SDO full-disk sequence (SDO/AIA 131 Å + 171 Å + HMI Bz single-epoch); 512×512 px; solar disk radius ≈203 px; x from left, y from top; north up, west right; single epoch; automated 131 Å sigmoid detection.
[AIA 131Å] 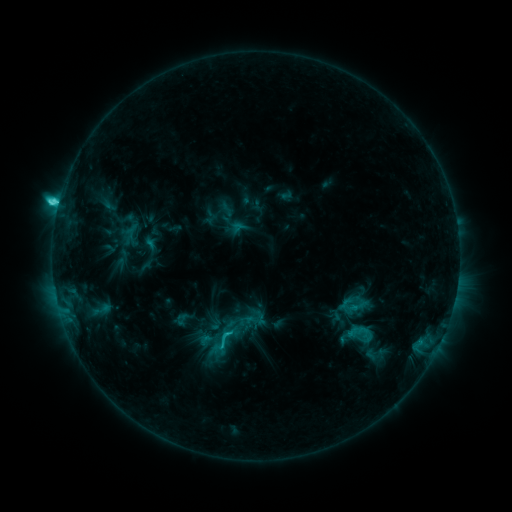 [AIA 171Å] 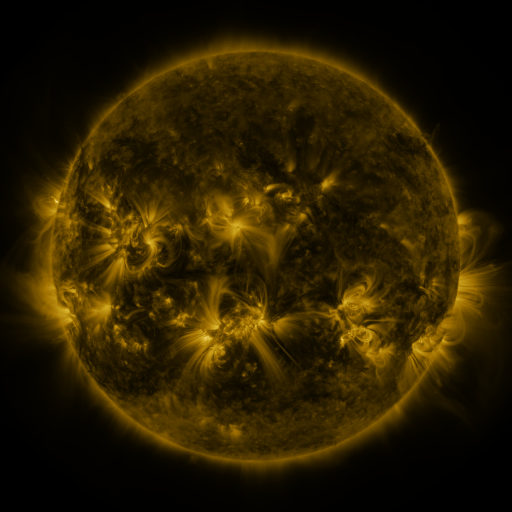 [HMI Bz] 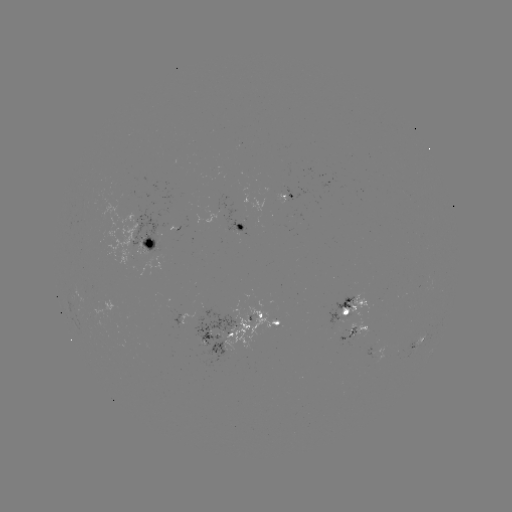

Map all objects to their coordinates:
sigmoid: <bbox>85, 296, 118, 322</bbox>
sigmoid: <bbox>228, 308, 253, 333</bbox>
sigmoid: <bbox>212, 327, 236, 349</bbox>
